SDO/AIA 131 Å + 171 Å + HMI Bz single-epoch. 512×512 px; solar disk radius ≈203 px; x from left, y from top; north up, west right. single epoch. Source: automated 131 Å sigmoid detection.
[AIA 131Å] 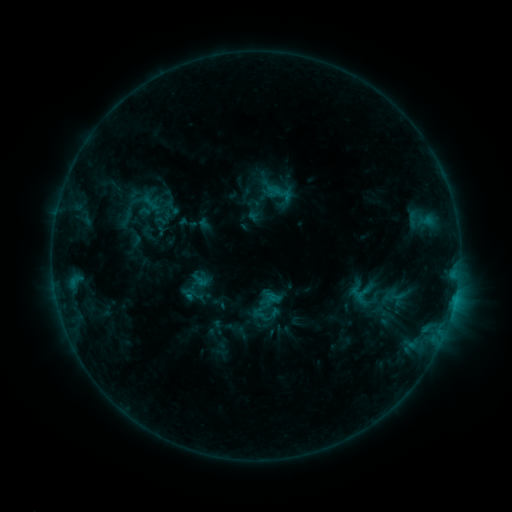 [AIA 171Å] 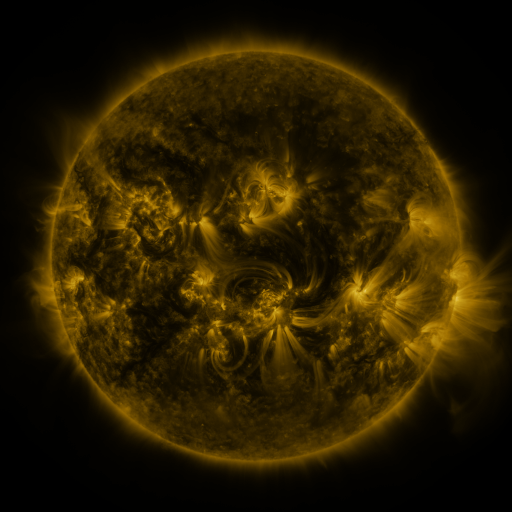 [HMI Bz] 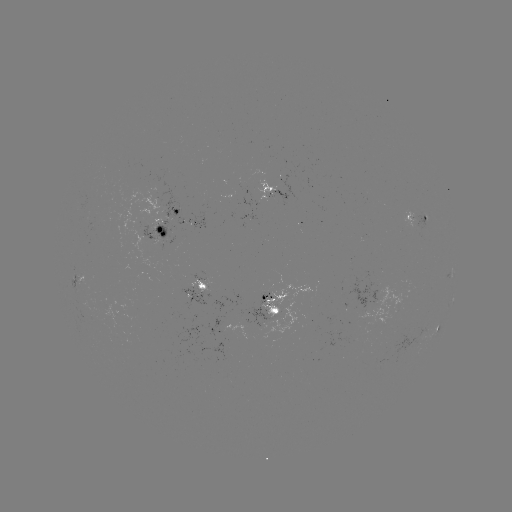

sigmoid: (265, 178, 297, 208)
